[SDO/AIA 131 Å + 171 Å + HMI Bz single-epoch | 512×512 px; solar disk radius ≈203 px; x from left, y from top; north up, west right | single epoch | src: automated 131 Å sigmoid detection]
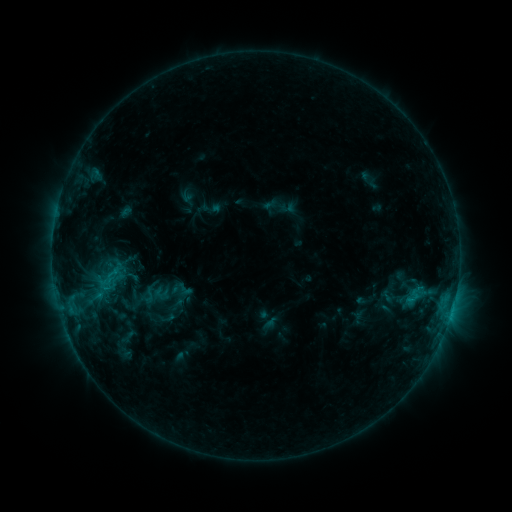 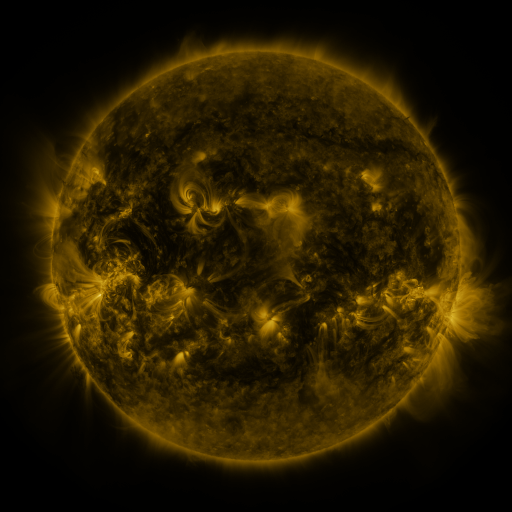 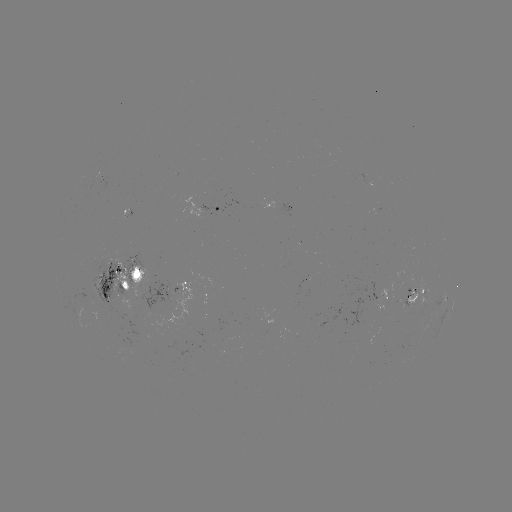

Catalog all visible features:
sigmoid: <bbox>138, 286, 160, 303</bbox>
sigmoid: <bbox>147, 309, 179, 333</bbox>
